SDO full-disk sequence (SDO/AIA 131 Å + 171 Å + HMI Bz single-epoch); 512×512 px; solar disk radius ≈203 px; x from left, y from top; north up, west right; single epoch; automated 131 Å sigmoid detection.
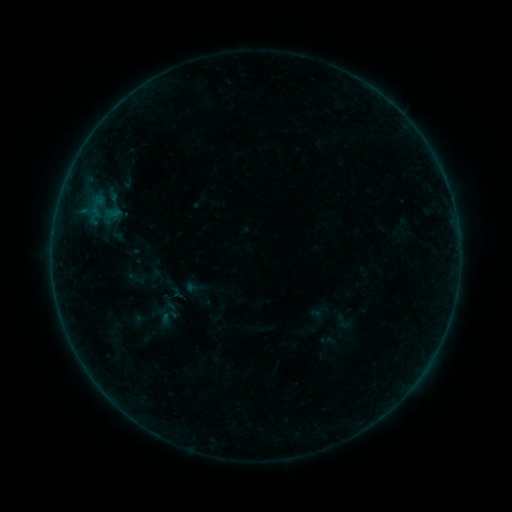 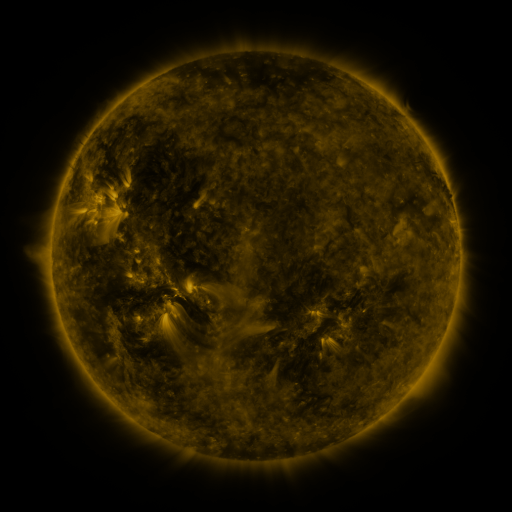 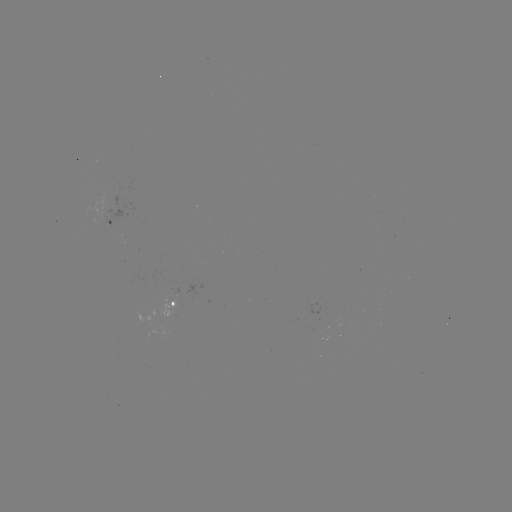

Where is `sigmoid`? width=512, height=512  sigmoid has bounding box [161, 299, 183, 320].